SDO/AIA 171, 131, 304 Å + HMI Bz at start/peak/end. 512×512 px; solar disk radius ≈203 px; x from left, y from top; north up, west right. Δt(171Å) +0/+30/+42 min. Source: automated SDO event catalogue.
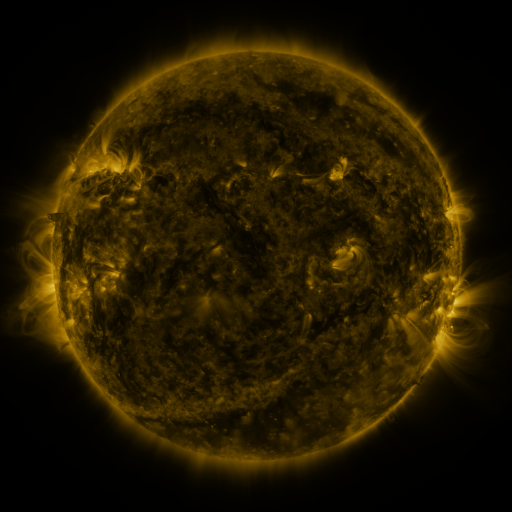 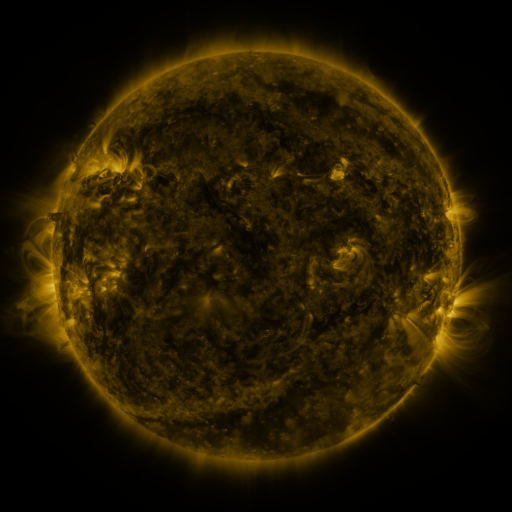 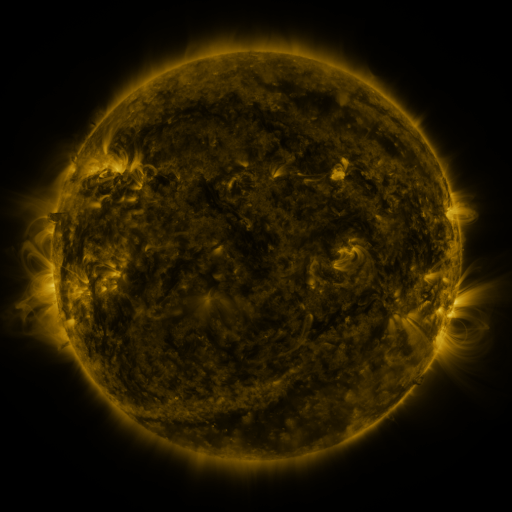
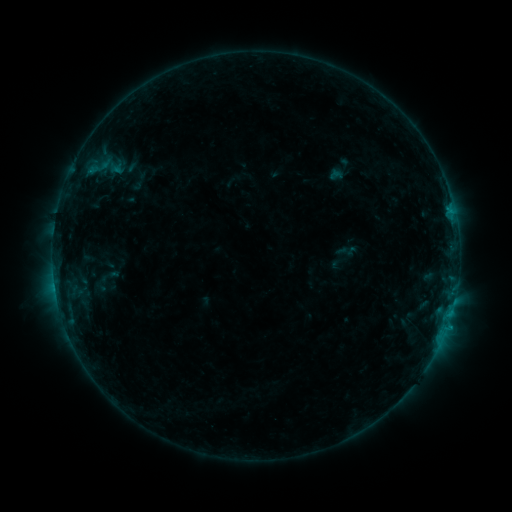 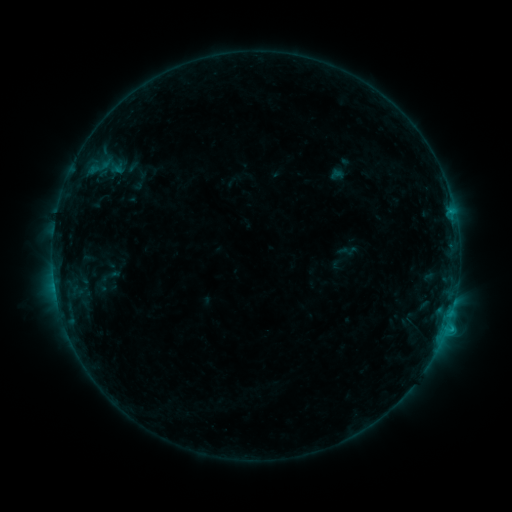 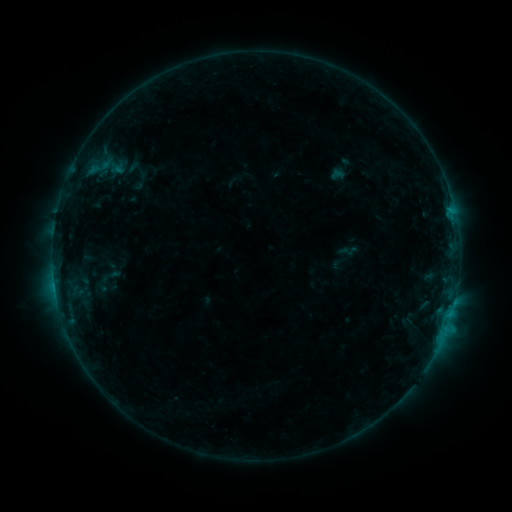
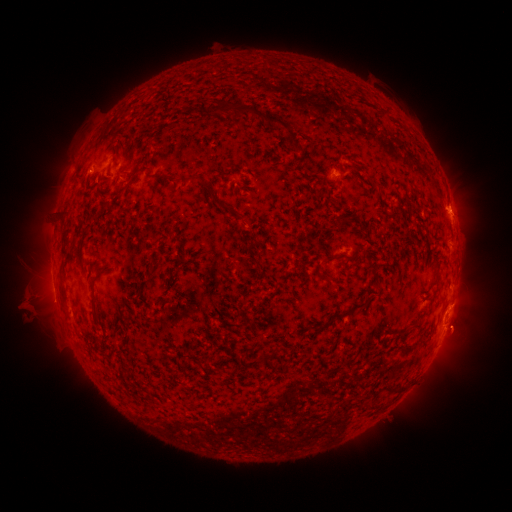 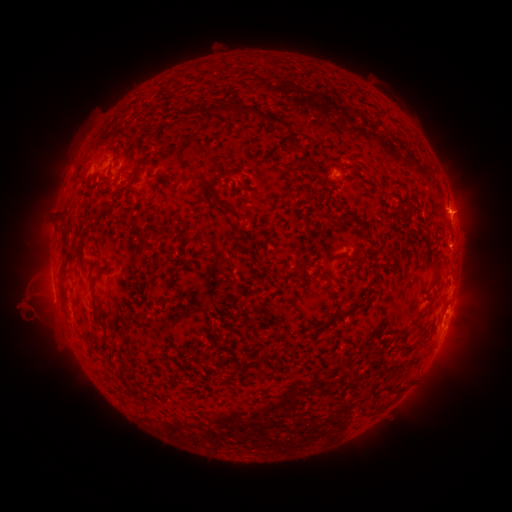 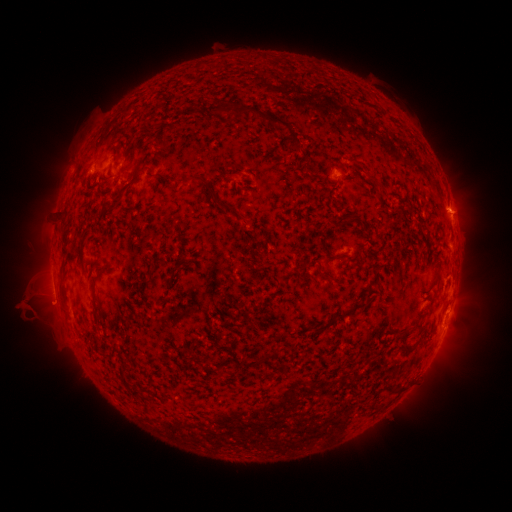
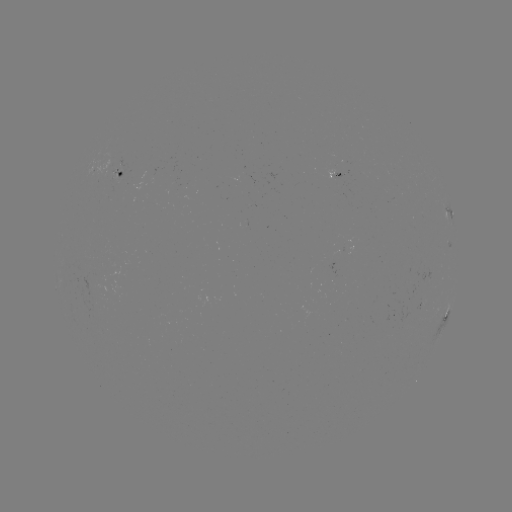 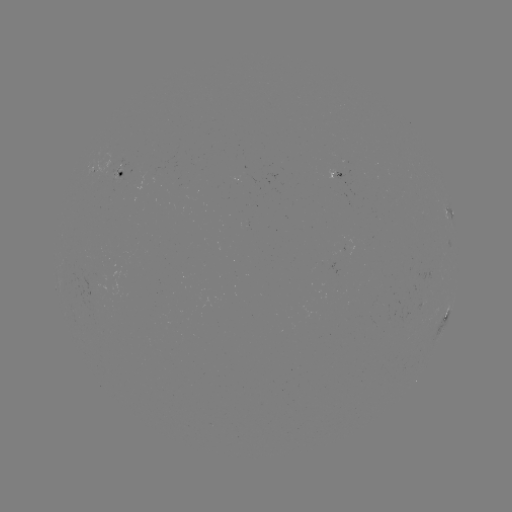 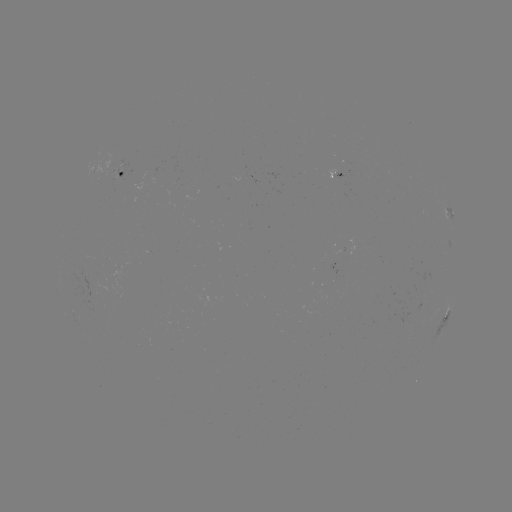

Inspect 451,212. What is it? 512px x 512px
C1.2 flare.